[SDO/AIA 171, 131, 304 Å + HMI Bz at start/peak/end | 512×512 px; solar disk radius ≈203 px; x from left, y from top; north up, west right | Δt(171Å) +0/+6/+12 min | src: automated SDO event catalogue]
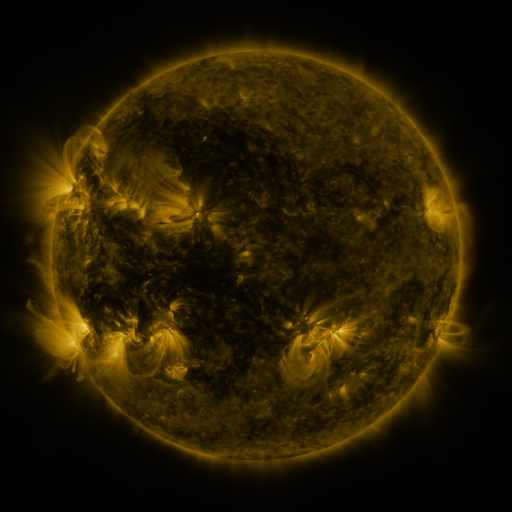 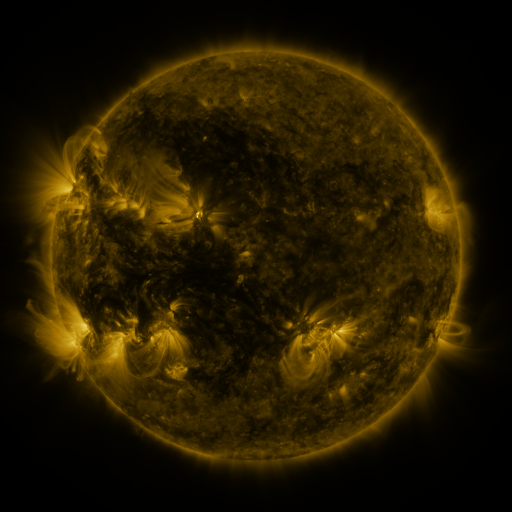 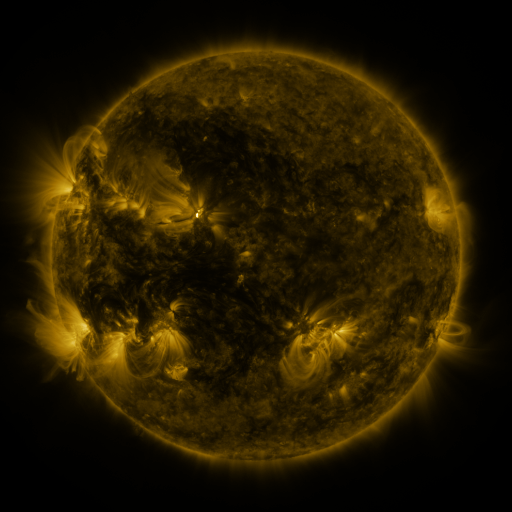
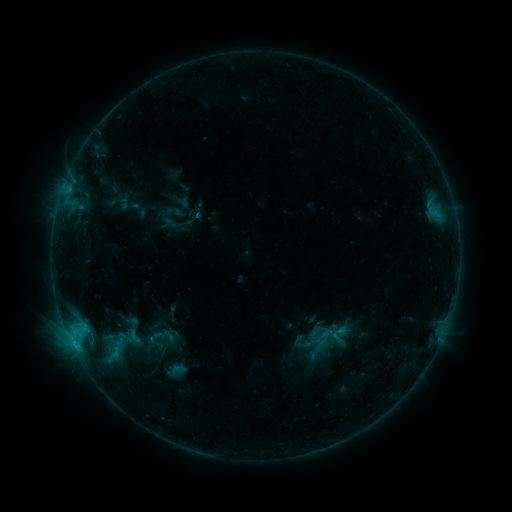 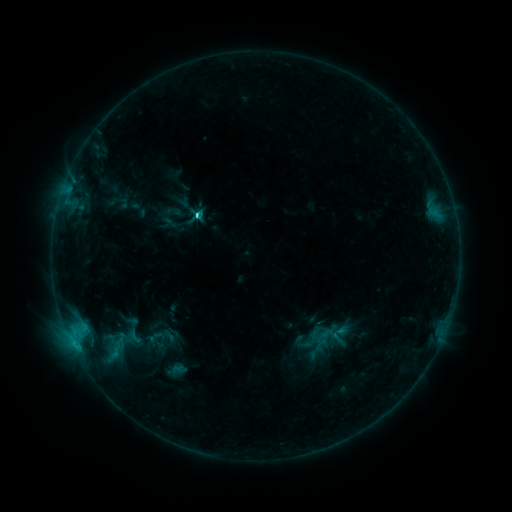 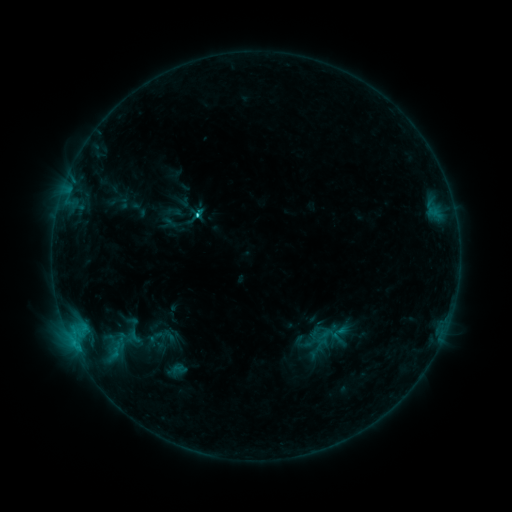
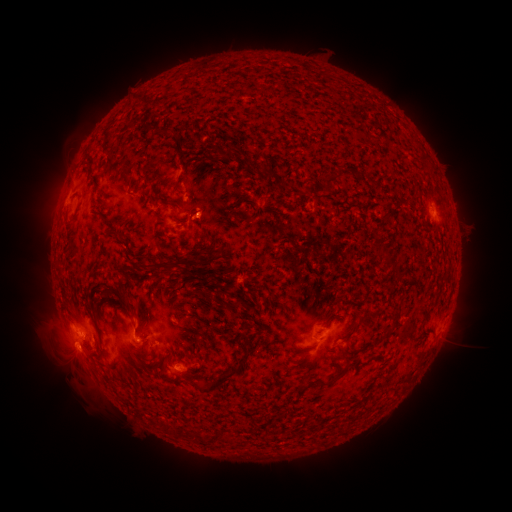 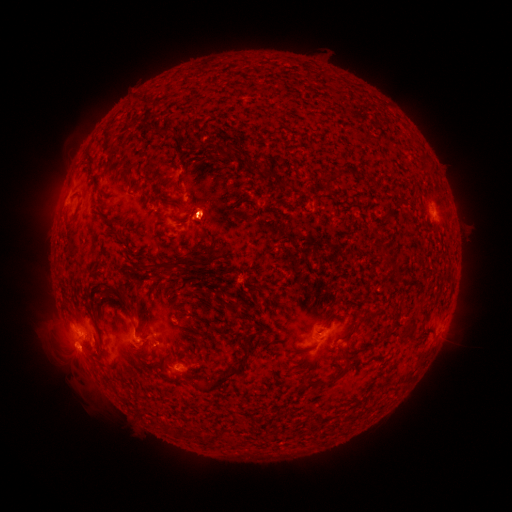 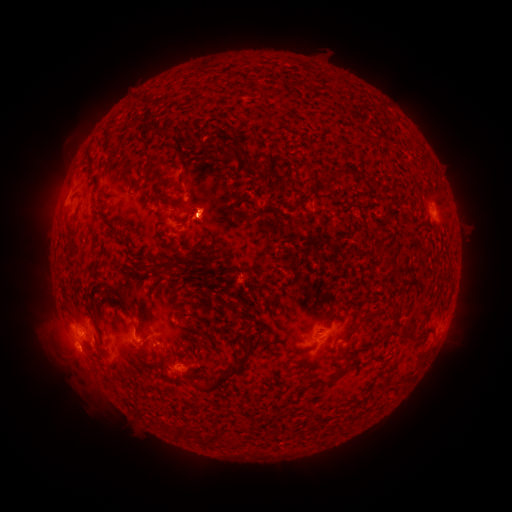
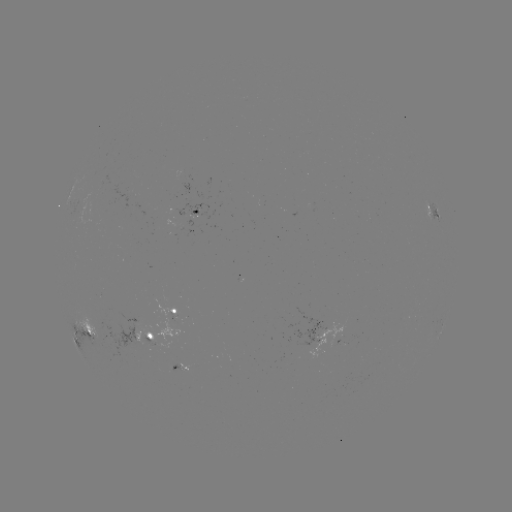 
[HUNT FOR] eruption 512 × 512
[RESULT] [207, 211]